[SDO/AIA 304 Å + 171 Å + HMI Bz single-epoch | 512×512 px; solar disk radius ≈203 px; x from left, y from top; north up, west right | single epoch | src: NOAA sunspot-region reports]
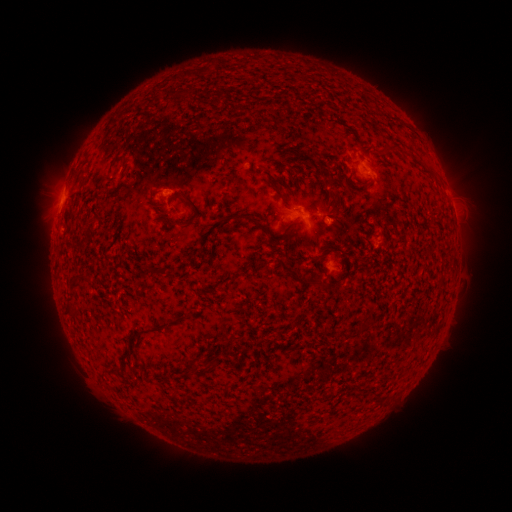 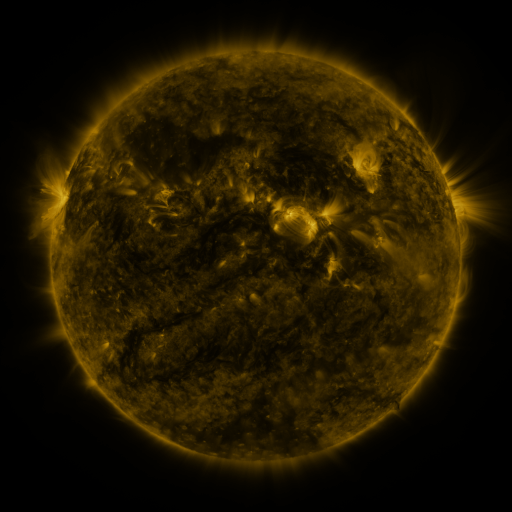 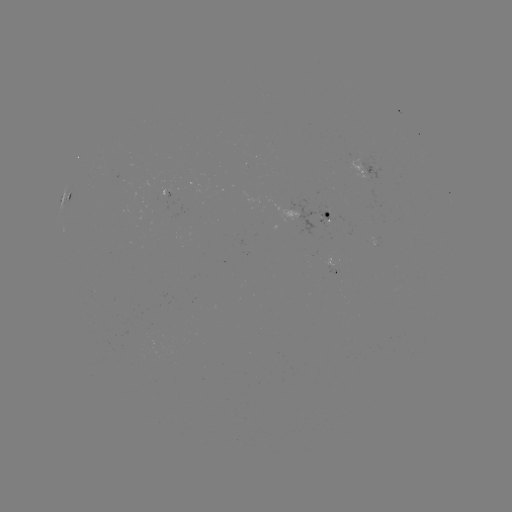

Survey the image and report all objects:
spotted active region: (373, 177)
spotted active region: (71, 198)
spotted active region: (315, 214)
spotted active region: (331, 268)
